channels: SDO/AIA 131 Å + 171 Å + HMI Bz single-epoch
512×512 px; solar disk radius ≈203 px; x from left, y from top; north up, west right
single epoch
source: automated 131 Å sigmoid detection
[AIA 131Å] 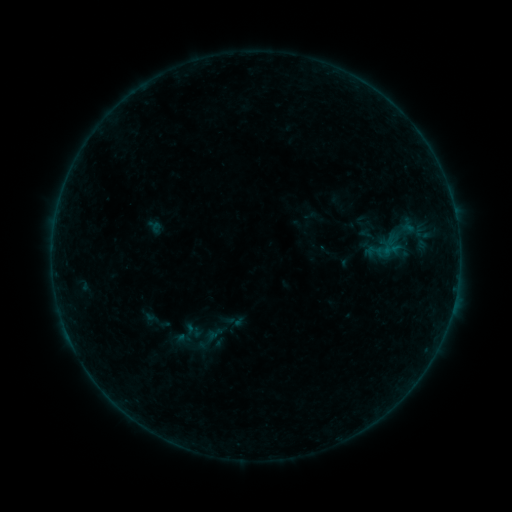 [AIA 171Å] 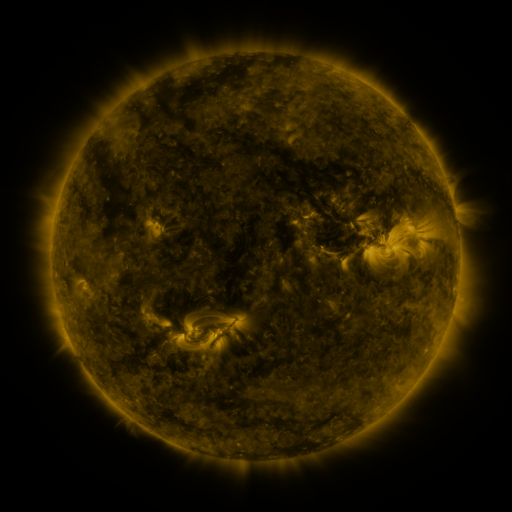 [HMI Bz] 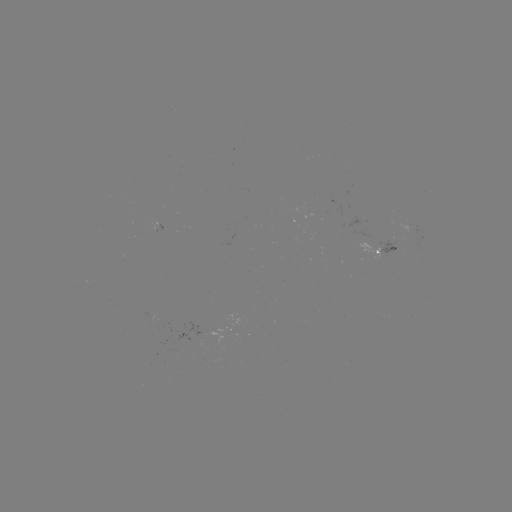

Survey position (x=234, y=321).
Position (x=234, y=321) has sigmoid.